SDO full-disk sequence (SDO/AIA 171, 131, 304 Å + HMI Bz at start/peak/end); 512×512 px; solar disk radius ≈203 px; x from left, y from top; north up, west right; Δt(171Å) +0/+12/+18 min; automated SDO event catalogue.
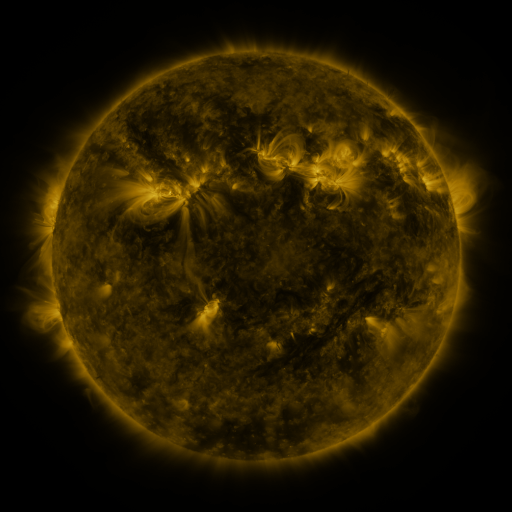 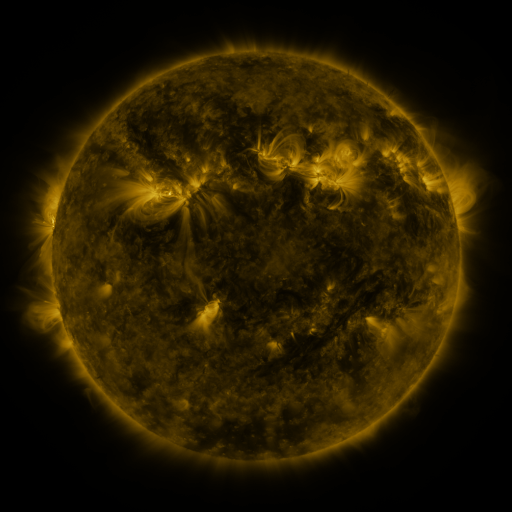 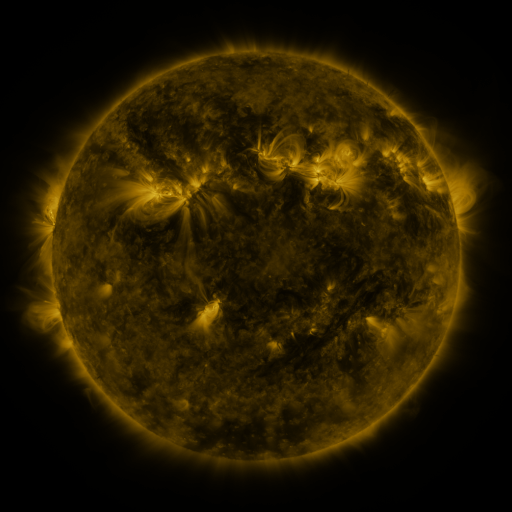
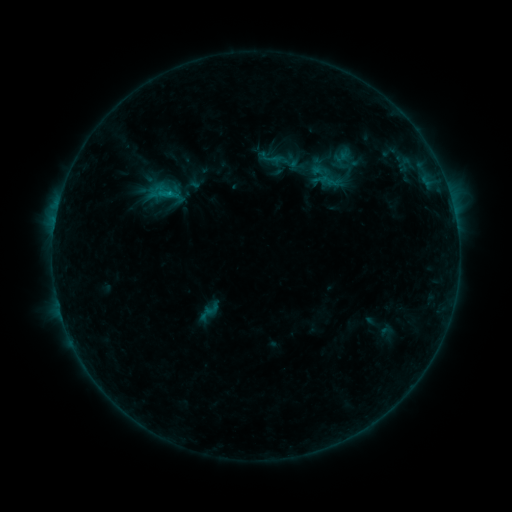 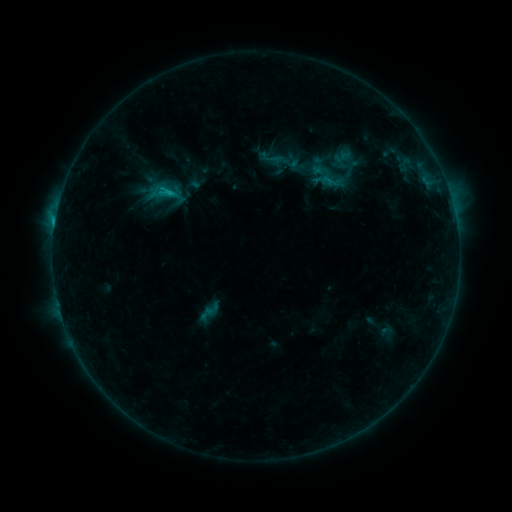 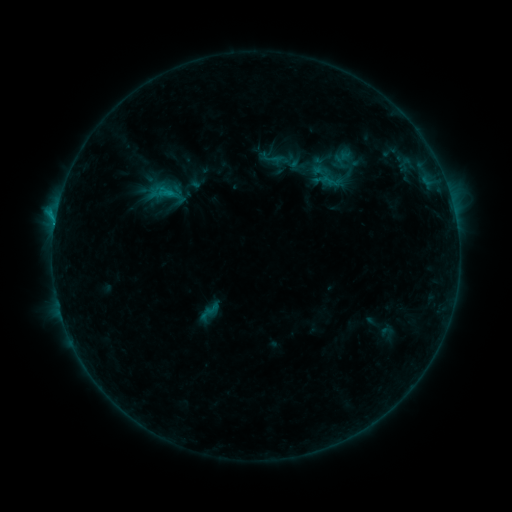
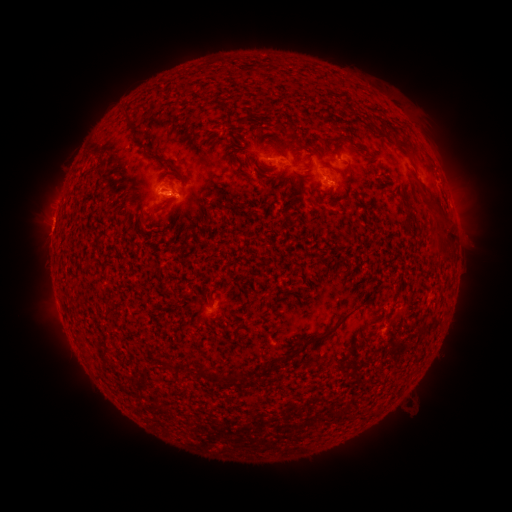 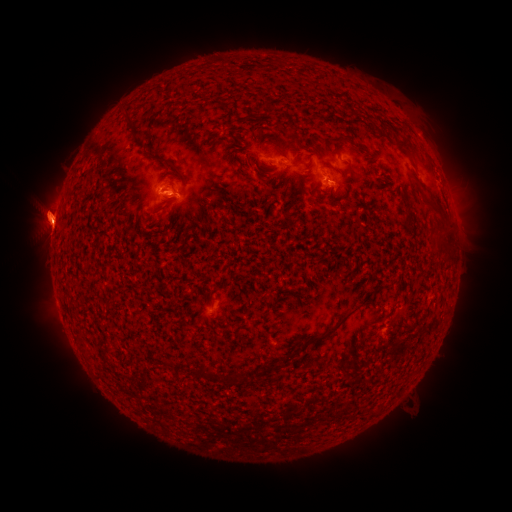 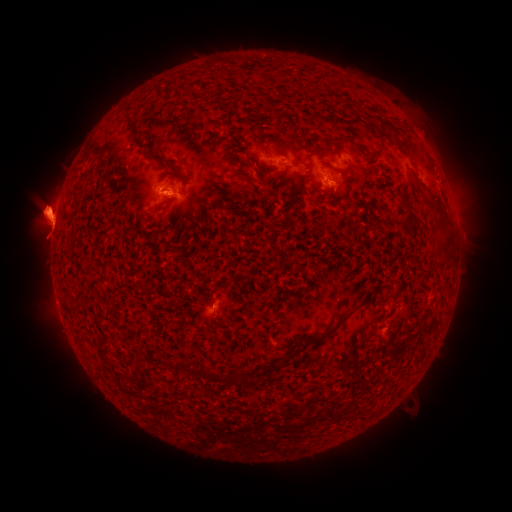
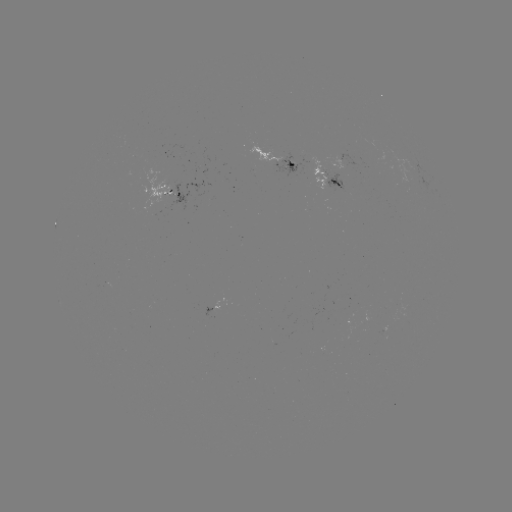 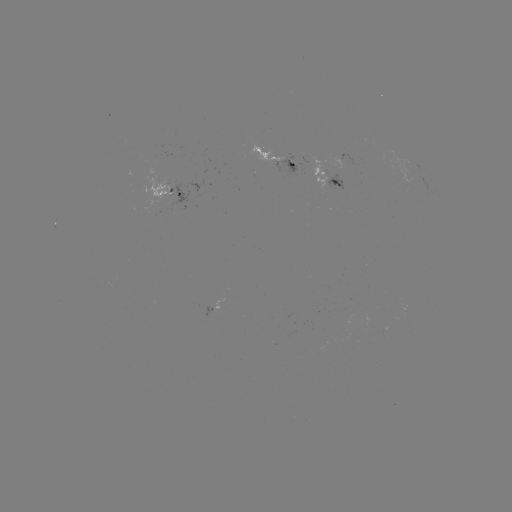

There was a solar eruption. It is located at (44, 217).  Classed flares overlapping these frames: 1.